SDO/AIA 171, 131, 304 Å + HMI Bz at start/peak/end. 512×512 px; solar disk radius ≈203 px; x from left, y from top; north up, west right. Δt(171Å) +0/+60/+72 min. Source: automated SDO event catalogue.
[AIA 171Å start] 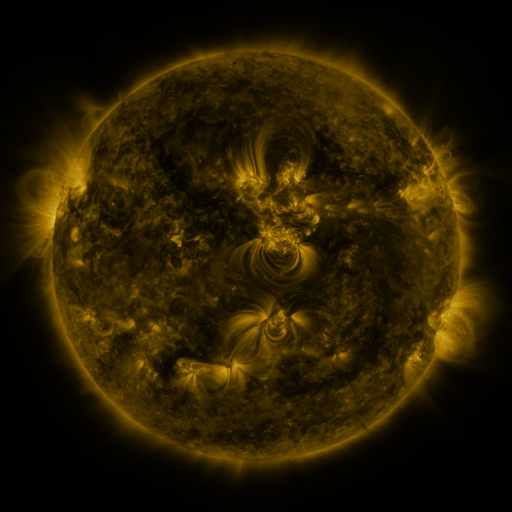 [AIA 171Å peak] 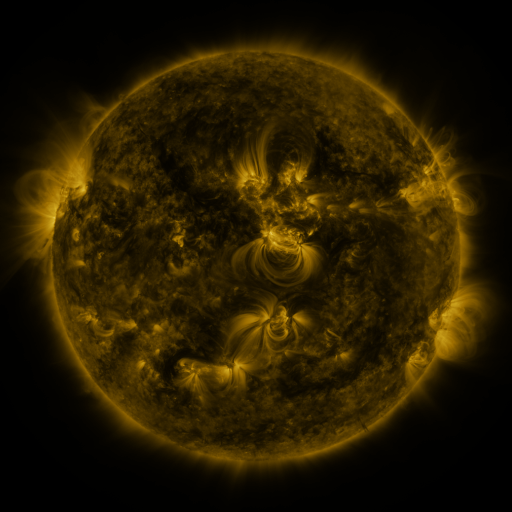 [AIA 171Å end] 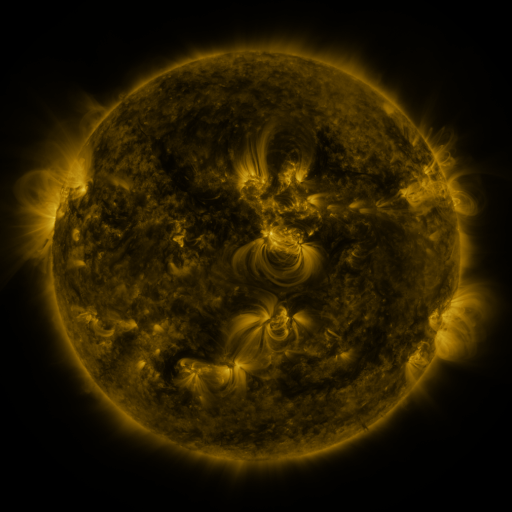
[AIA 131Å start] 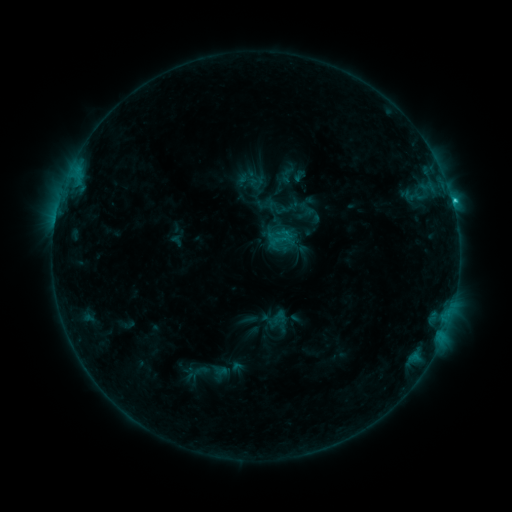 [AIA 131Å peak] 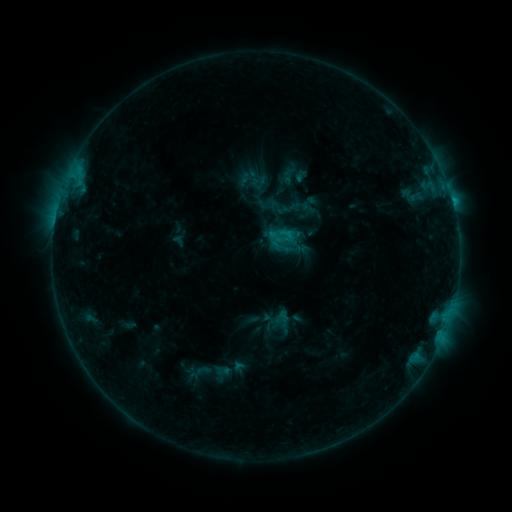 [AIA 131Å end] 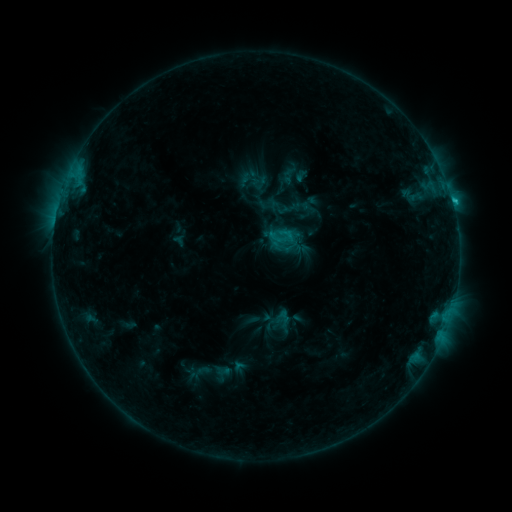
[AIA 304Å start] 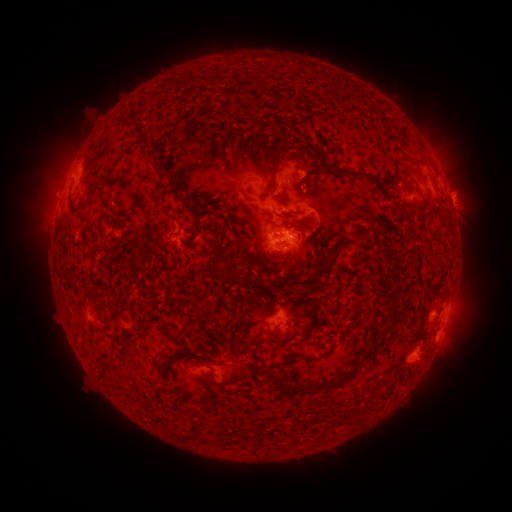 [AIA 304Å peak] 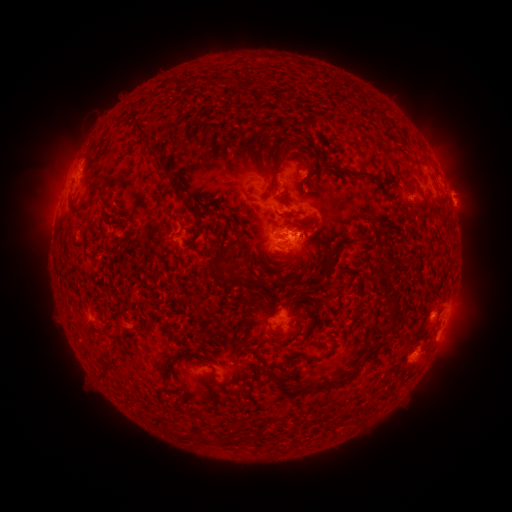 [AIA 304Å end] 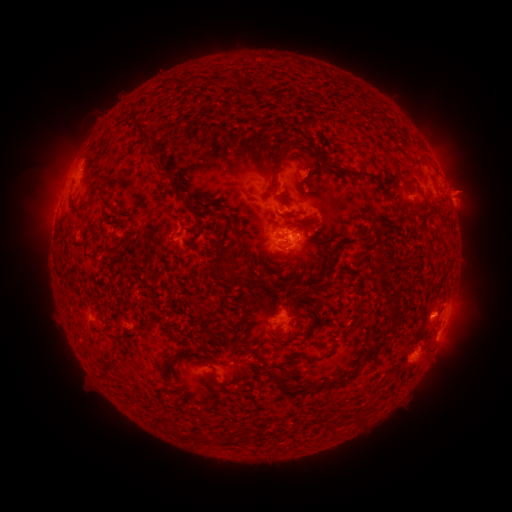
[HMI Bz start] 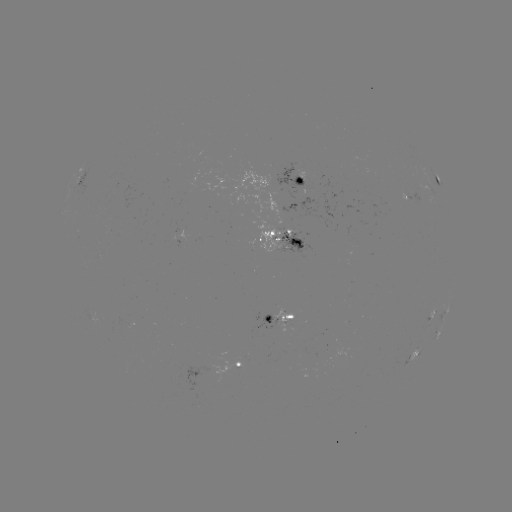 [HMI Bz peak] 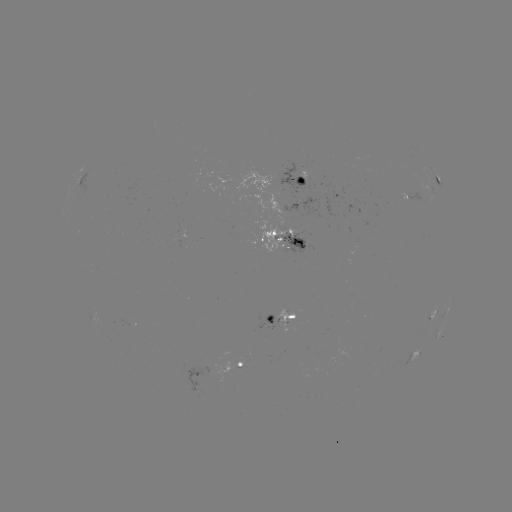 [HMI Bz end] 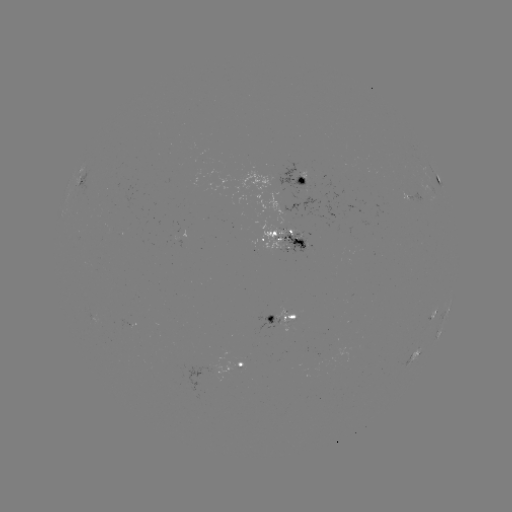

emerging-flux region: <bbox>253, 221, 286, 252</bbox>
